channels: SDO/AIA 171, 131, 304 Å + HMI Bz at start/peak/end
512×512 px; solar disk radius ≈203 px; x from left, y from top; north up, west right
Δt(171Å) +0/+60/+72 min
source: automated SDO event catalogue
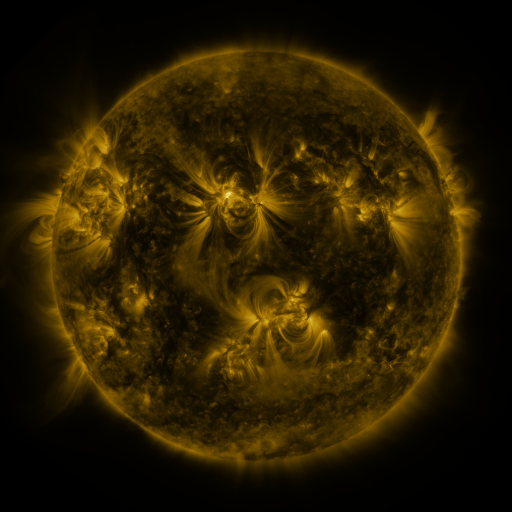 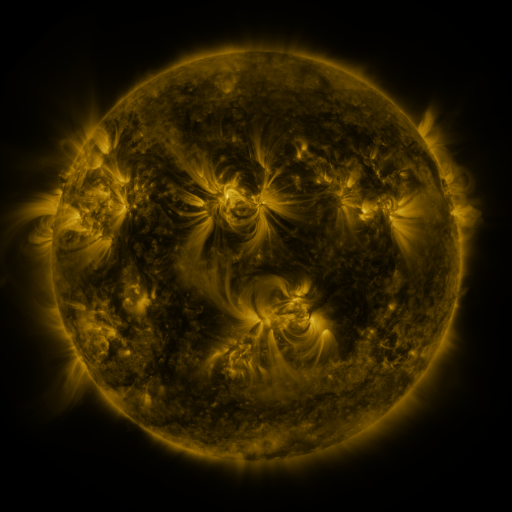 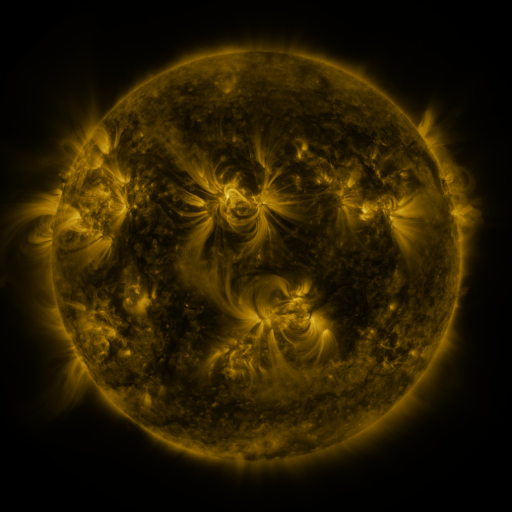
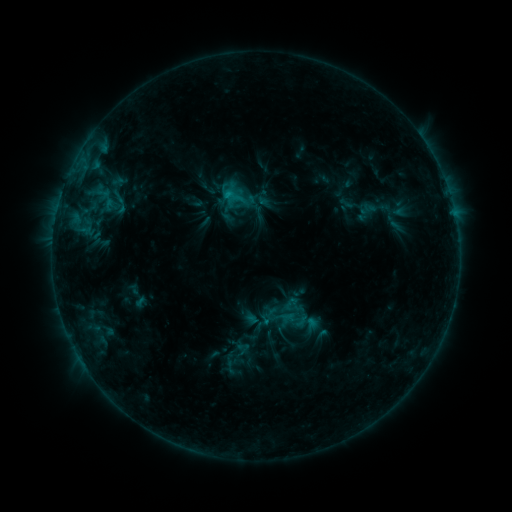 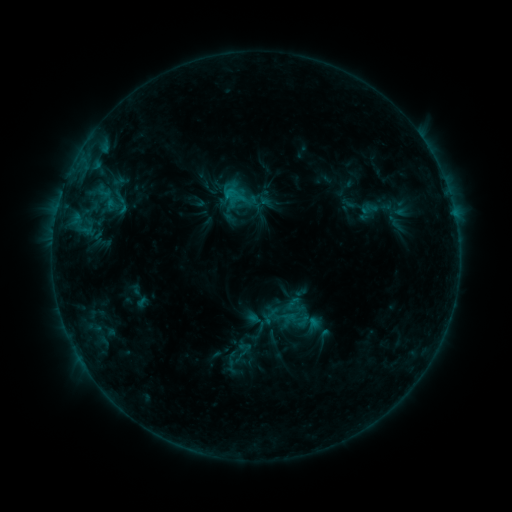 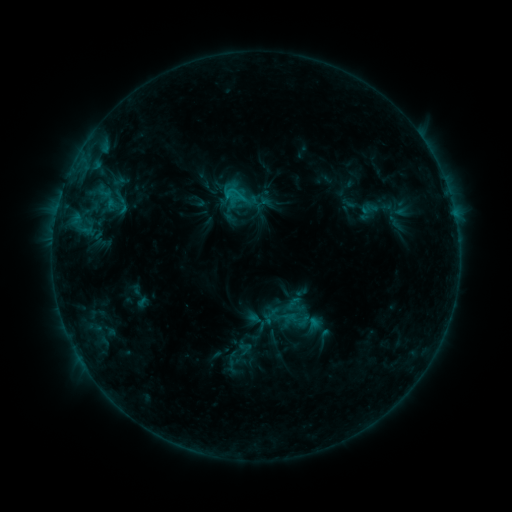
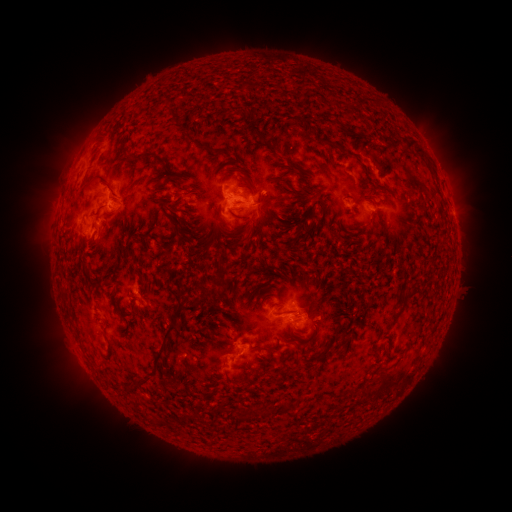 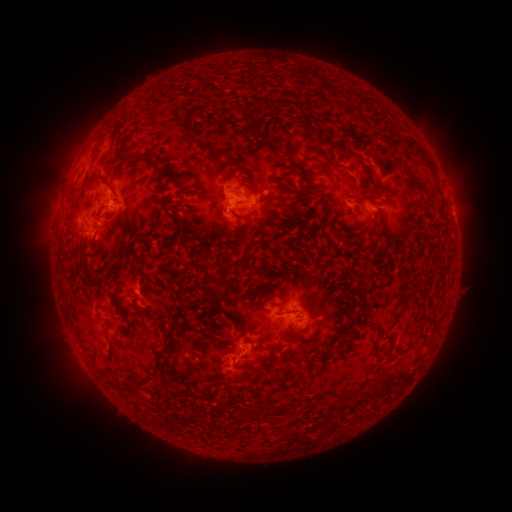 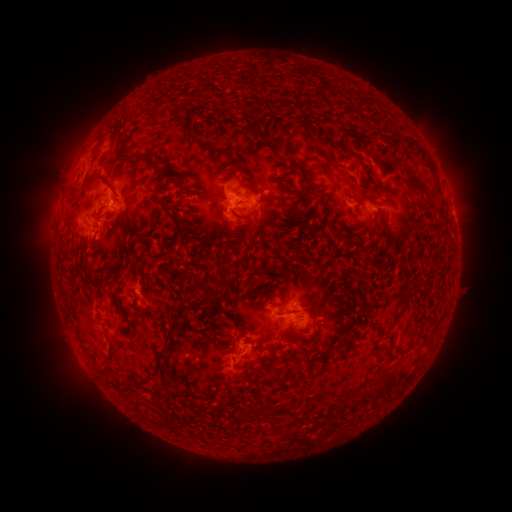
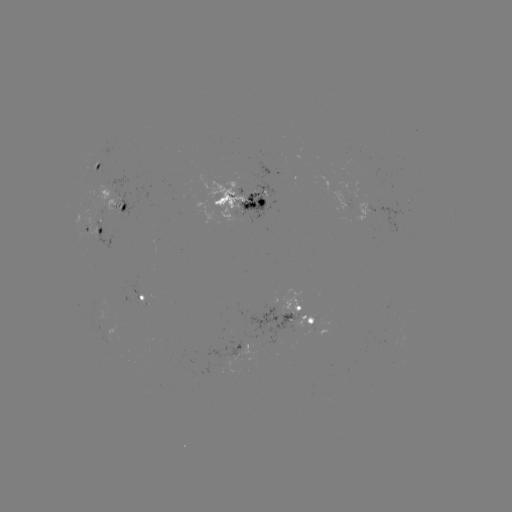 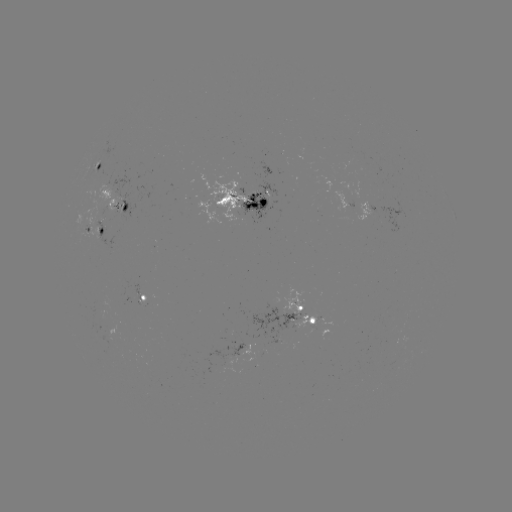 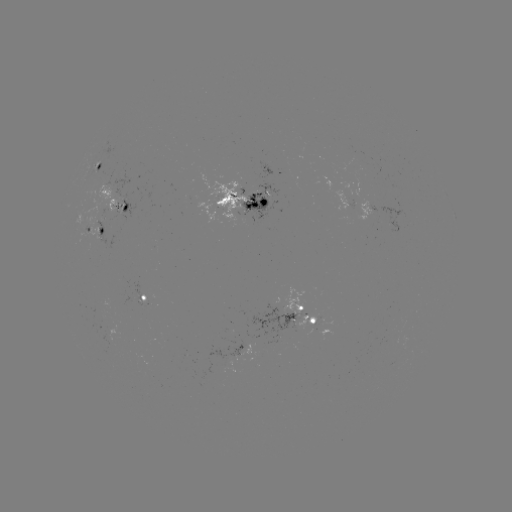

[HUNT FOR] emerging-flux region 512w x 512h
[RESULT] [301, 321]